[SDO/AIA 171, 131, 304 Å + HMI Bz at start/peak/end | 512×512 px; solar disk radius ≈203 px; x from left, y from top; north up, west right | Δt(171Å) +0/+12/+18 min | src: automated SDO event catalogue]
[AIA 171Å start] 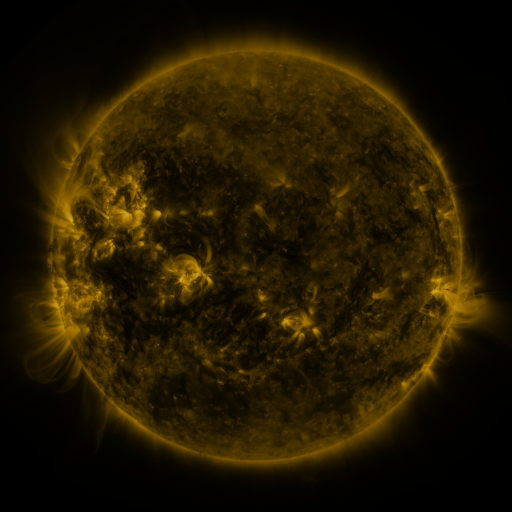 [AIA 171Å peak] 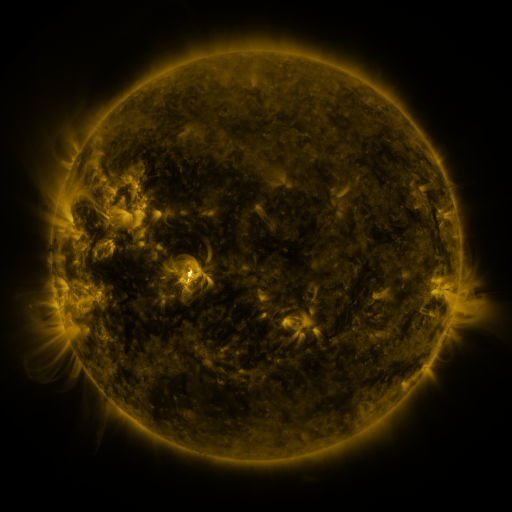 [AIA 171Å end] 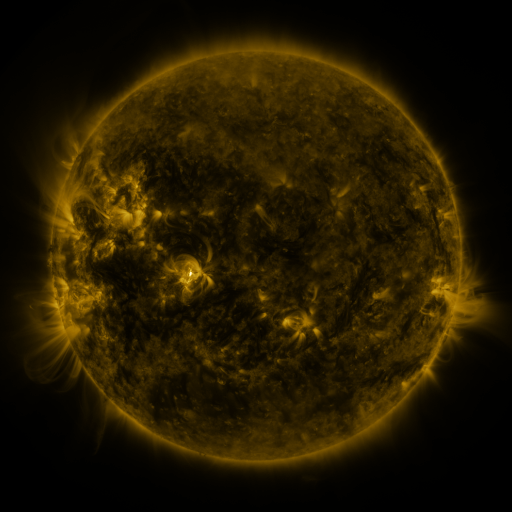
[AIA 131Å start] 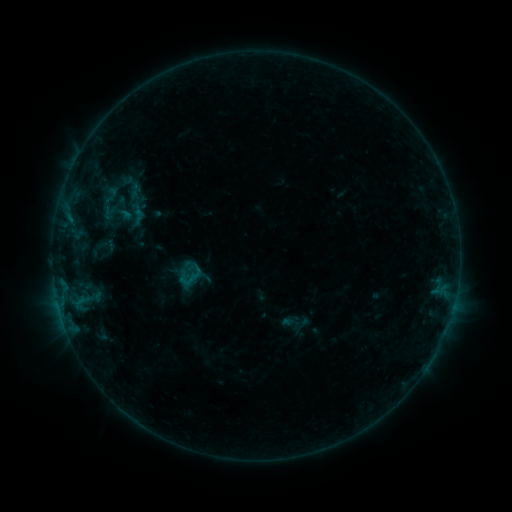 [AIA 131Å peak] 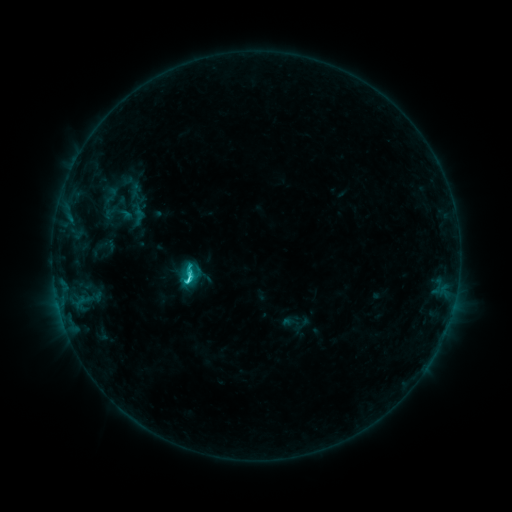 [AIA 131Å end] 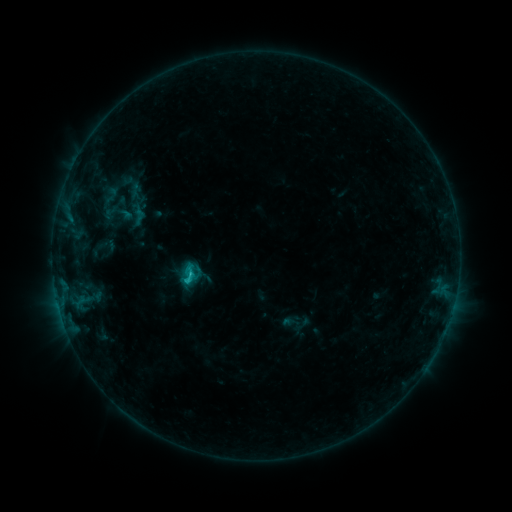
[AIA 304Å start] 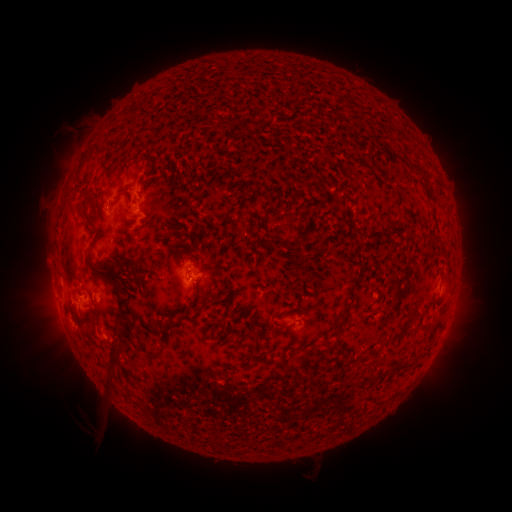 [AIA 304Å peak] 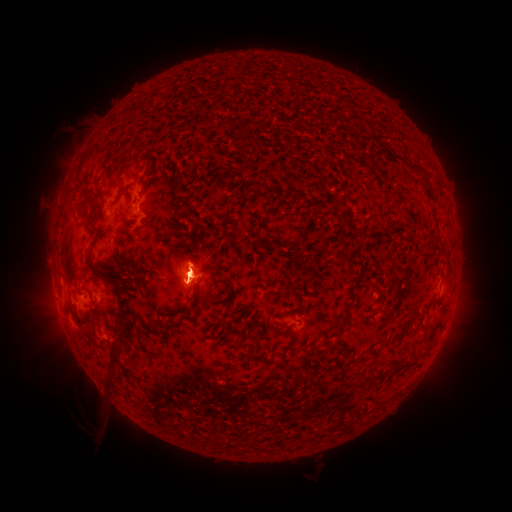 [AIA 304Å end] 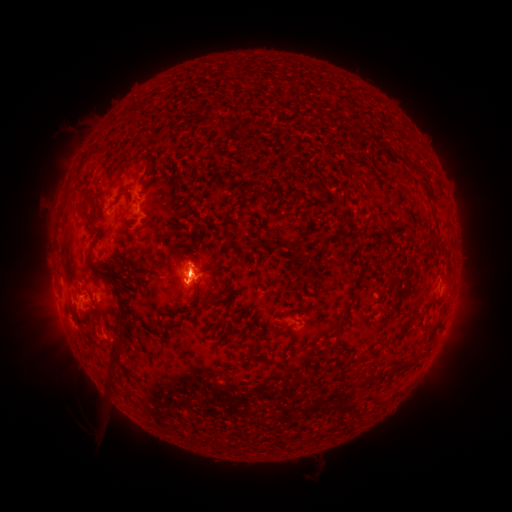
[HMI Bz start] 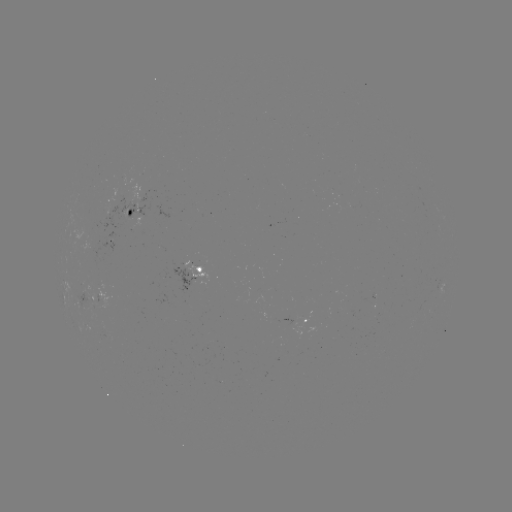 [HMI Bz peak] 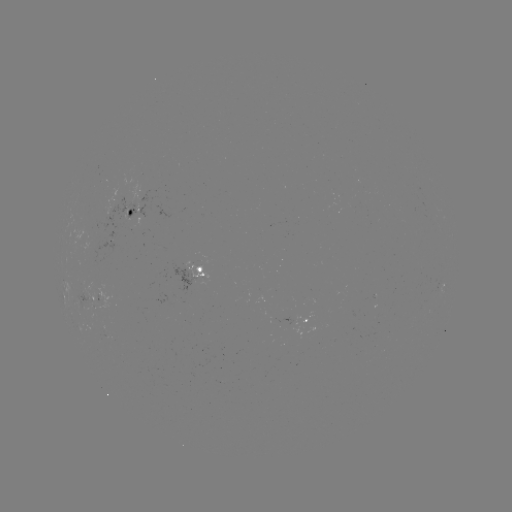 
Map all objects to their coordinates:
C2.1 flare: (193, 272)
